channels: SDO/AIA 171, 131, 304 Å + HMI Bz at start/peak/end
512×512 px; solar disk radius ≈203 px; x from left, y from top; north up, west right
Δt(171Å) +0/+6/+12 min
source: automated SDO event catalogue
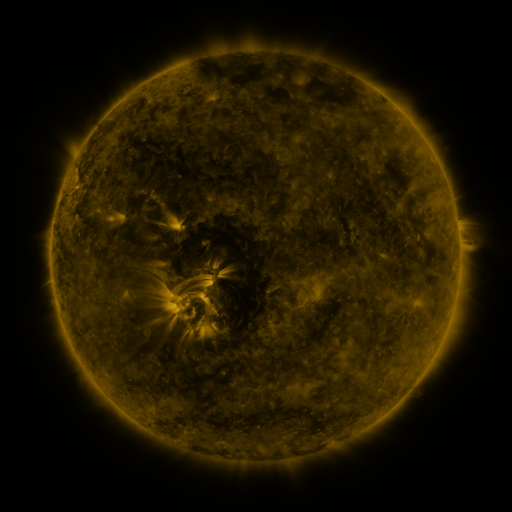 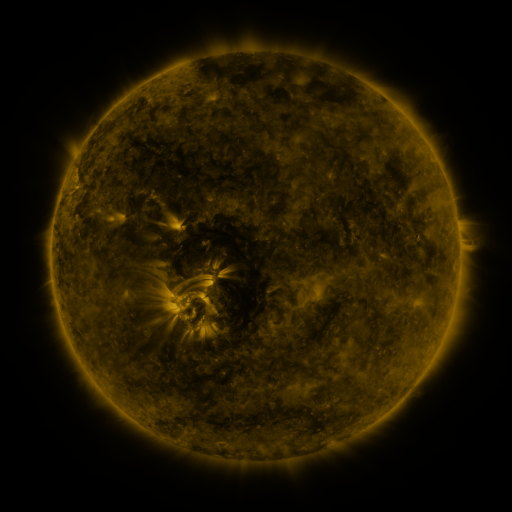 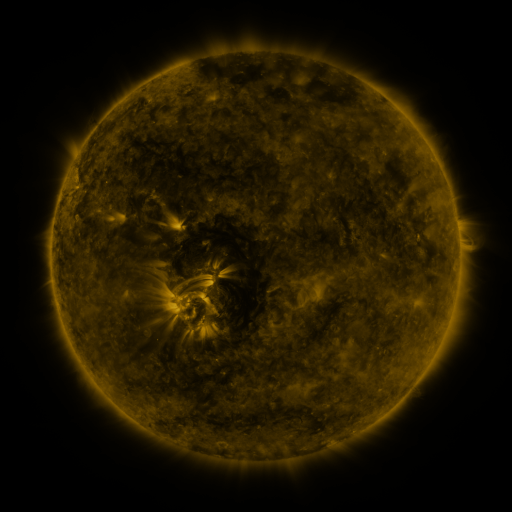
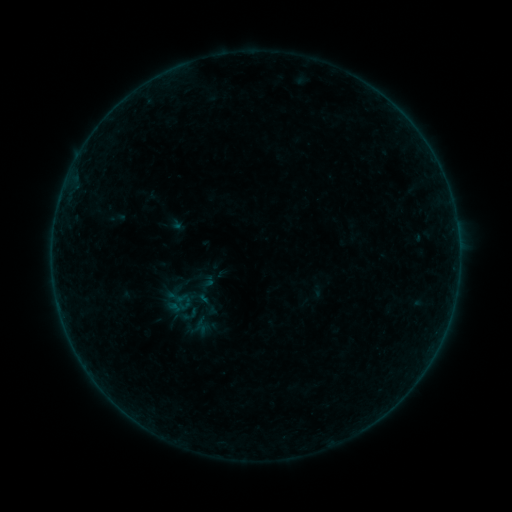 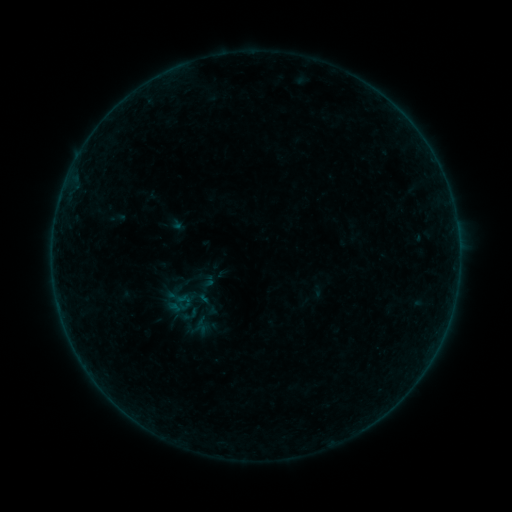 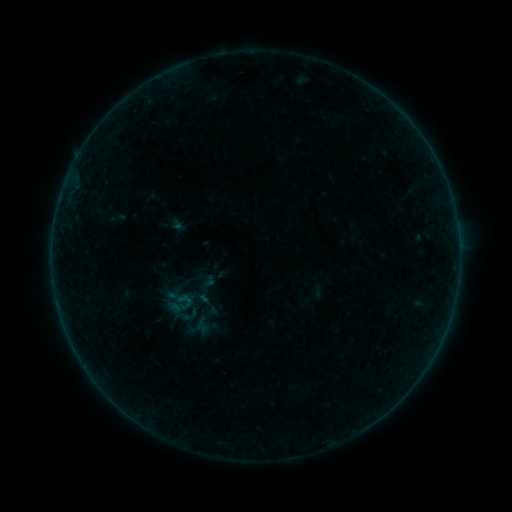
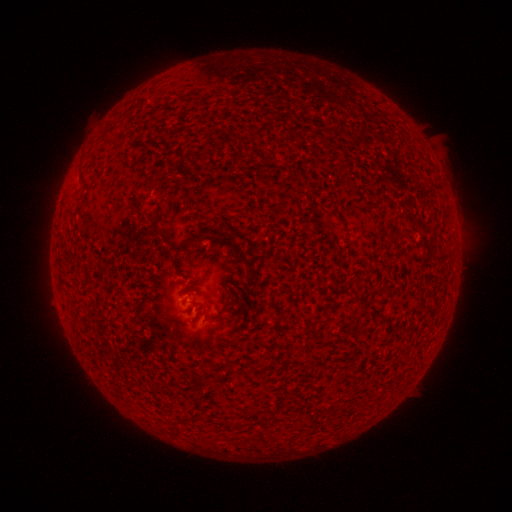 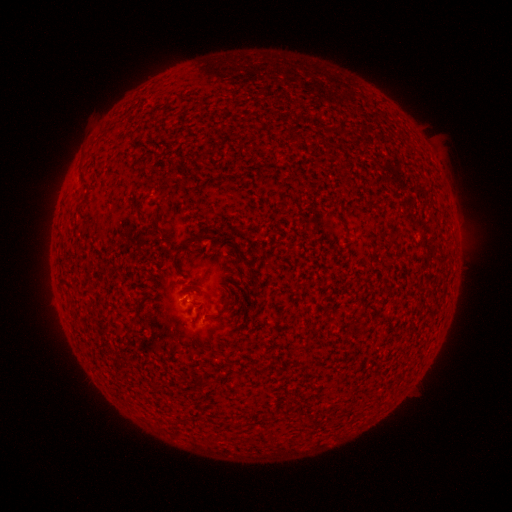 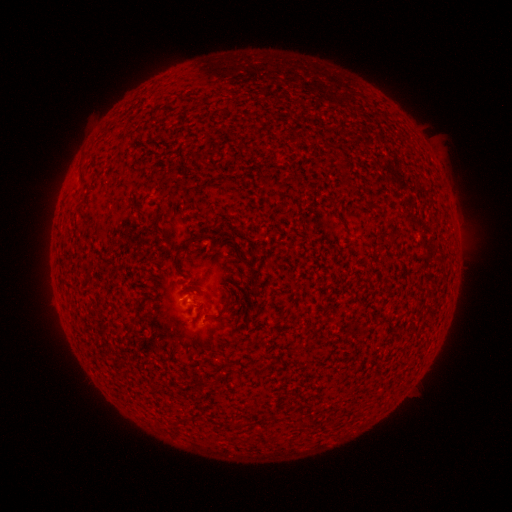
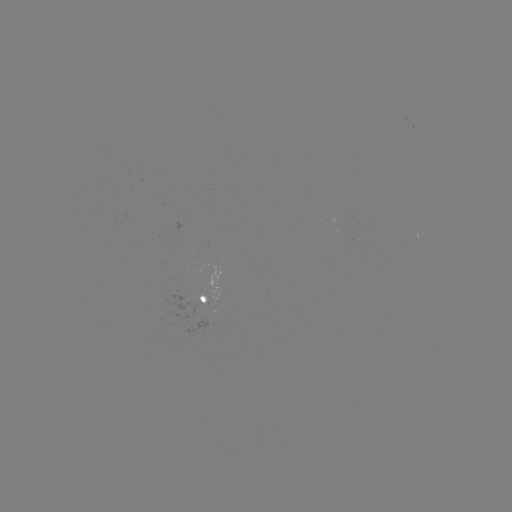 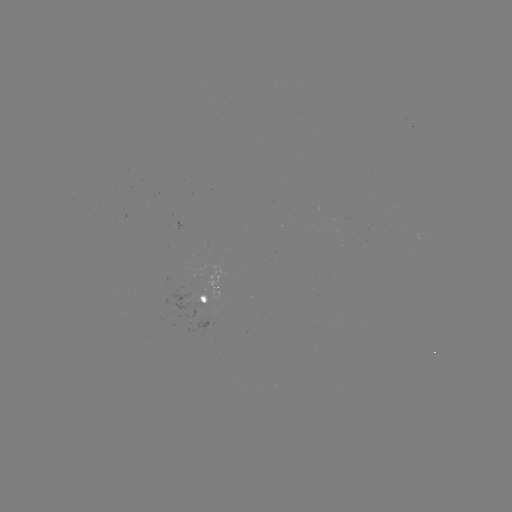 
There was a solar flare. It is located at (186, 297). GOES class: B1.3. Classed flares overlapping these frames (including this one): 1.